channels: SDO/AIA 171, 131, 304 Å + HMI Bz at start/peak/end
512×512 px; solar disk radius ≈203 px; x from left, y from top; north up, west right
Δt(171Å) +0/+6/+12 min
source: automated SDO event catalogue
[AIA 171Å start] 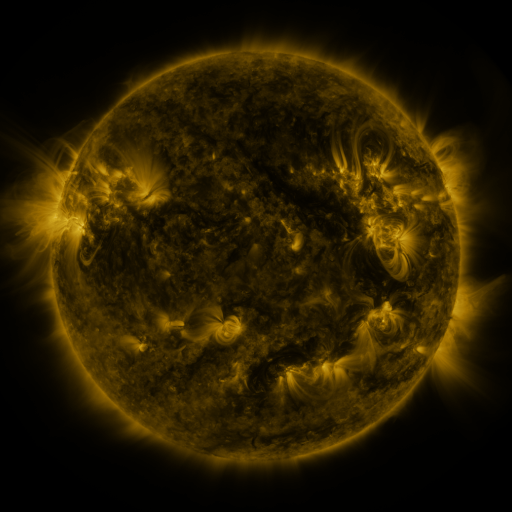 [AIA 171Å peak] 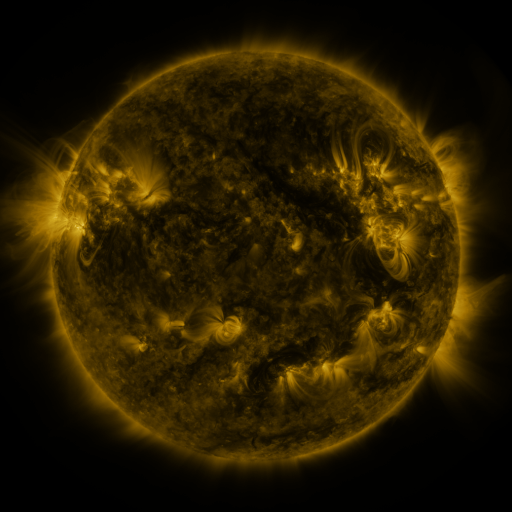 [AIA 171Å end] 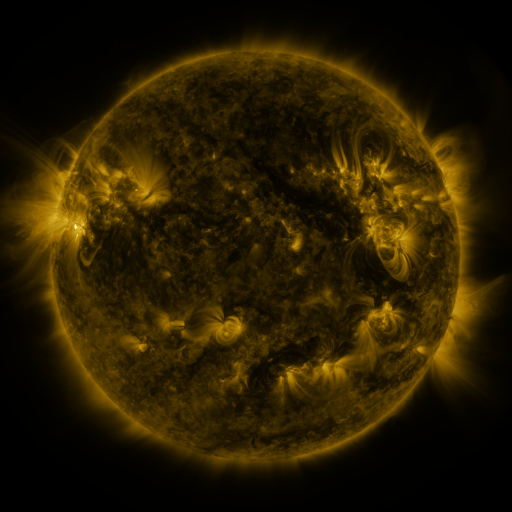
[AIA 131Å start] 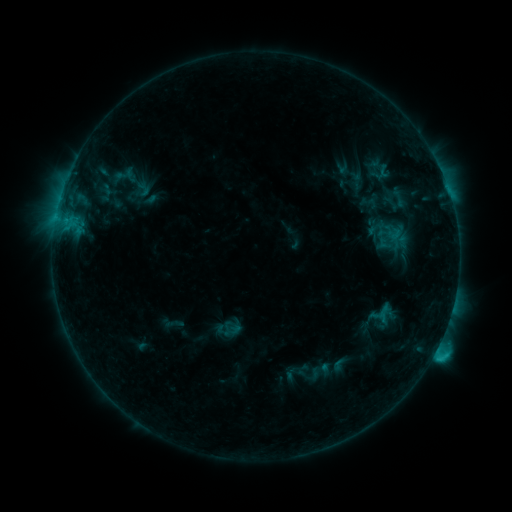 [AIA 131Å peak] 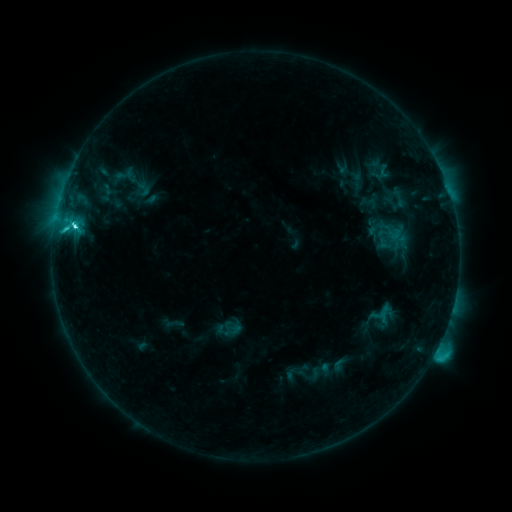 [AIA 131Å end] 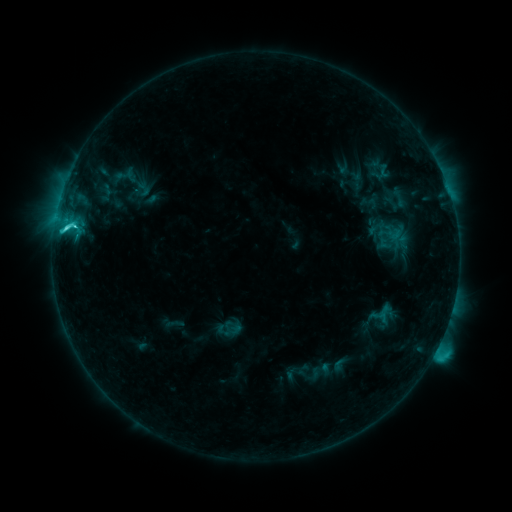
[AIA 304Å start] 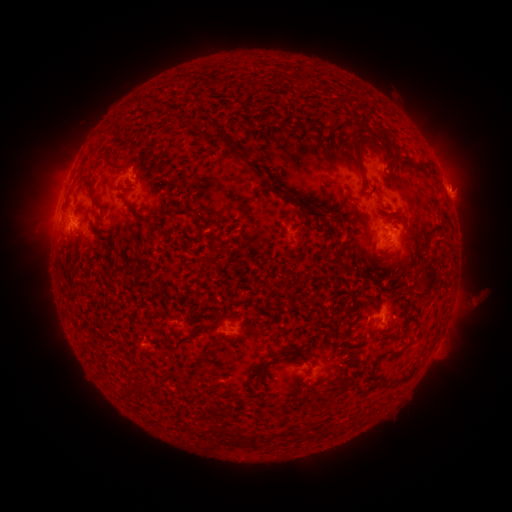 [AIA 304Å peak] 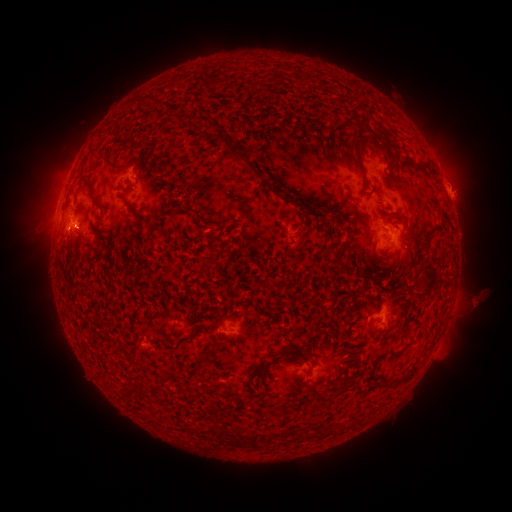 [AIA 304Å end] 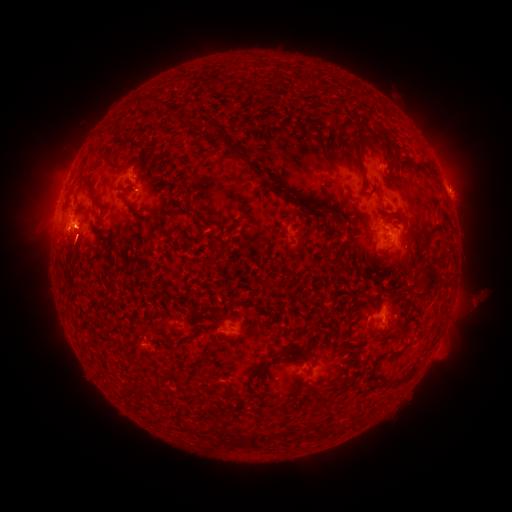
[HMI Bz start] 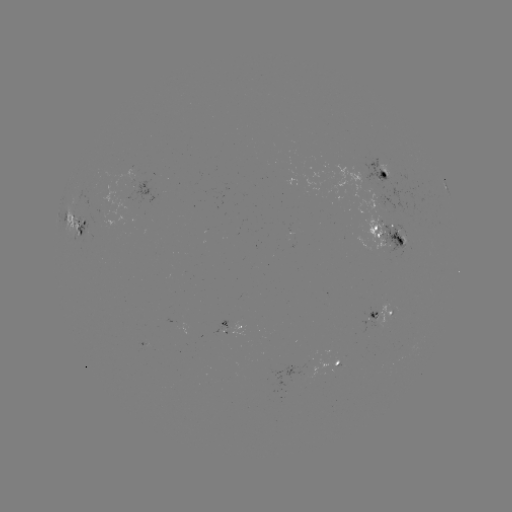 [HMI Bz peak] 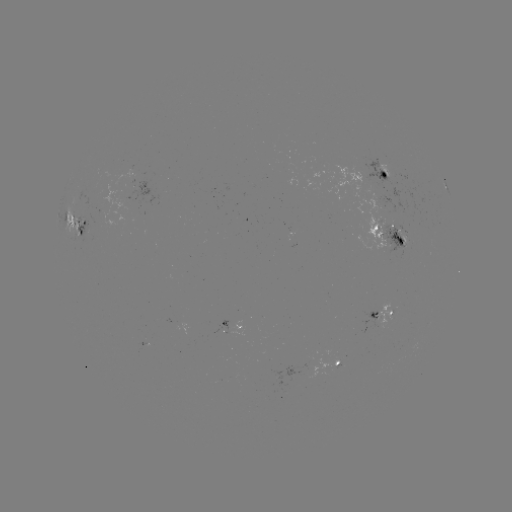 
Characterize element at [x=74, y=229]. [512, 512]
C5.5 flare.